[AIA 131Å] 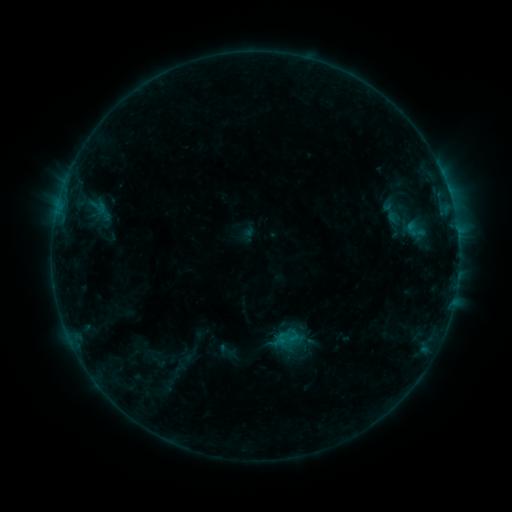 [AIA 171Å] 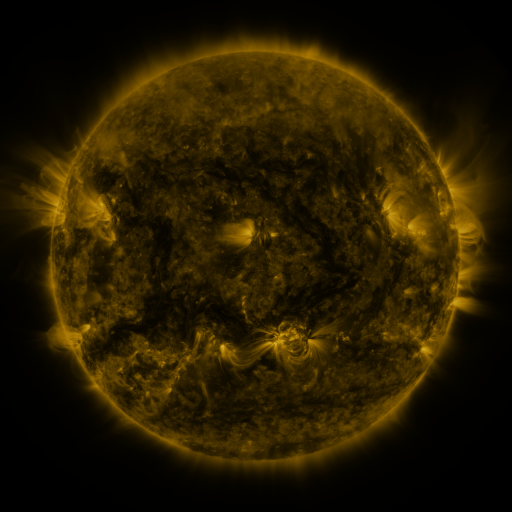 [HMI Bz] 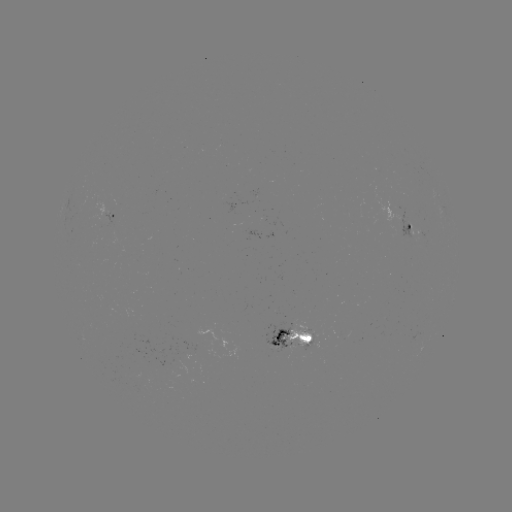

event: sigmoid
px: (416, 230)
